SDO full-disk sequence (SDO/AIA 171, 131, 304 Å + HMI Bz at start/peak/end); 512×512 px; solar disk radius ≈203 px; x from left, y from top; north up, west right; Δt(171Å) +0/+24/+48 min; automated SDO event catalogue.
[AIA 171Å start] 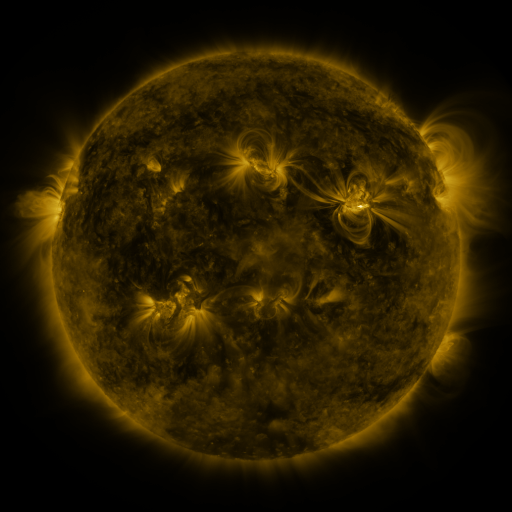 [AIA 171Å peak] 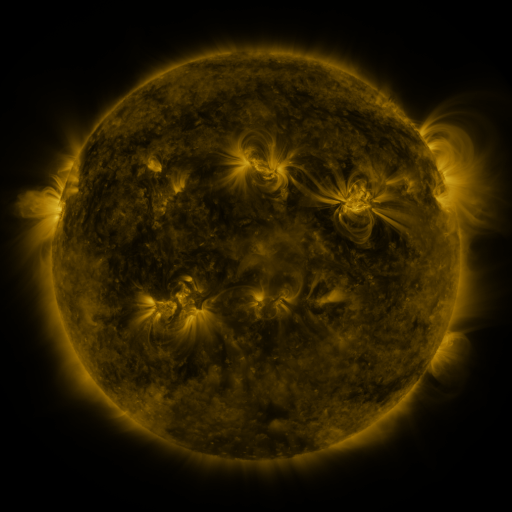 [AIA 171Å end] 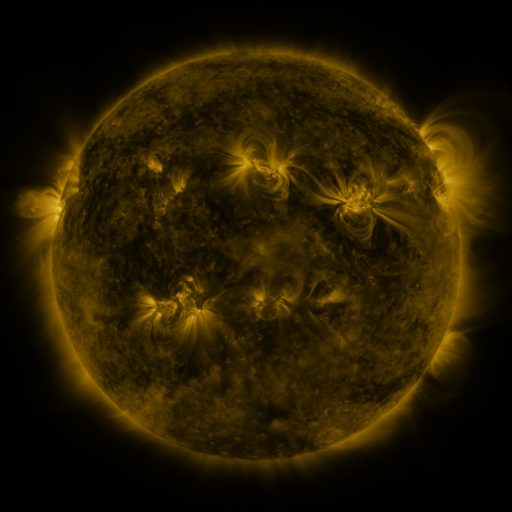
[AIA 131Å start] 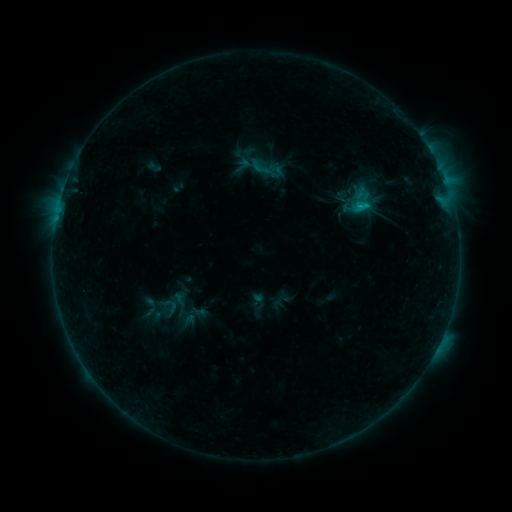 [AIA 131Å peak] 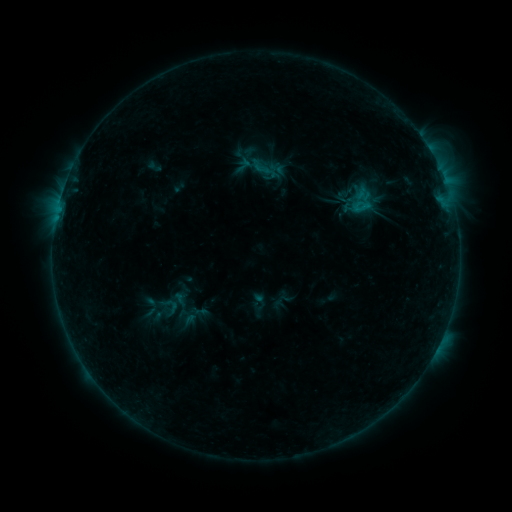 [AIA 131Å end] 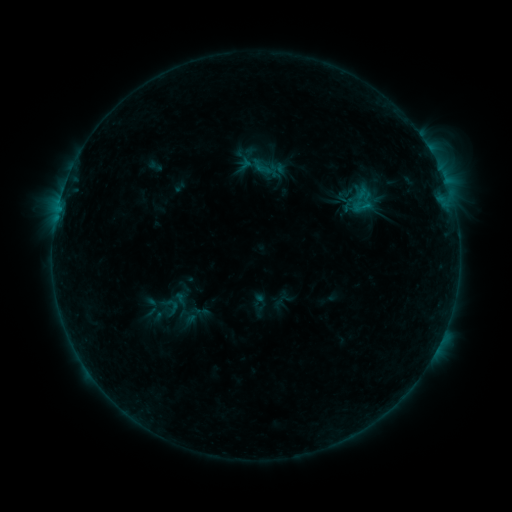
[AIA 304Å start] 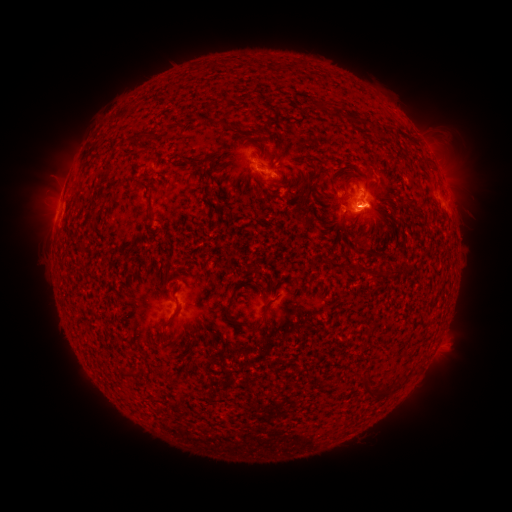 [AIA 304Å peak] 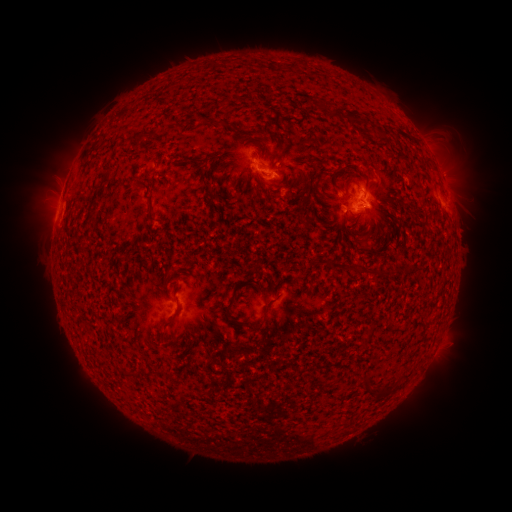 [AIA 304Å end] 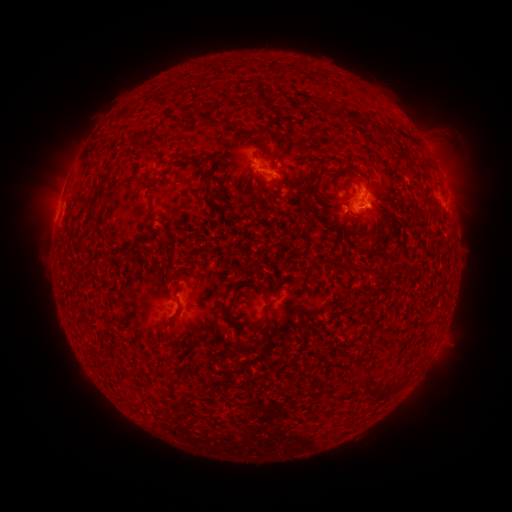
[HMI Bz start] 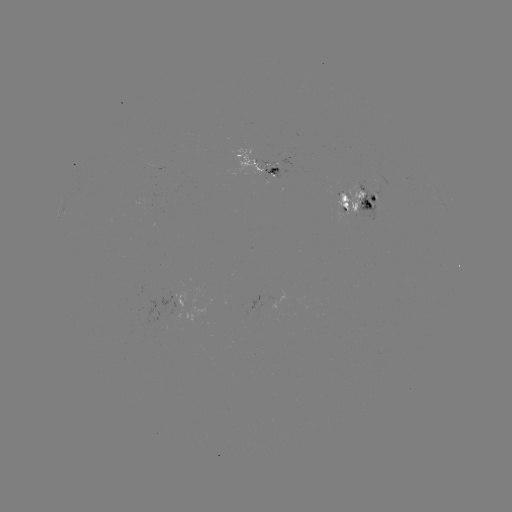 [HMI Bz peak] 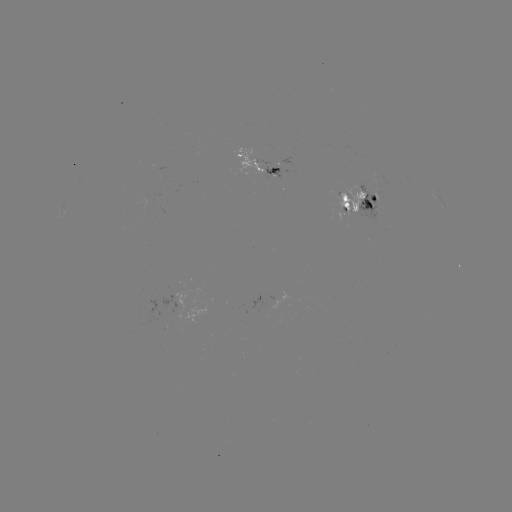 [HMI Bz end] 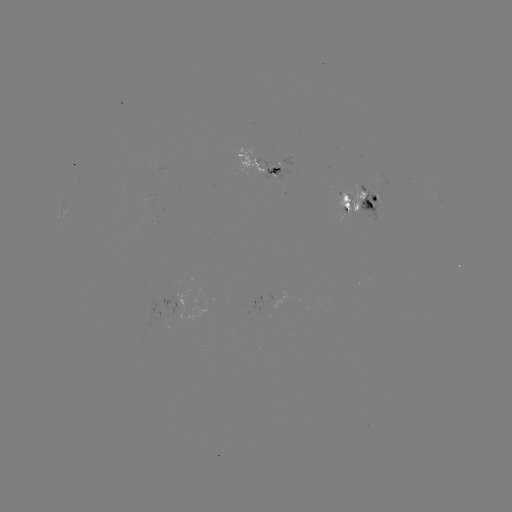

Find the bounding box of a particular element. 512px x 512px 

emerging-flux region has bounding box [336, 188, 365, 212].